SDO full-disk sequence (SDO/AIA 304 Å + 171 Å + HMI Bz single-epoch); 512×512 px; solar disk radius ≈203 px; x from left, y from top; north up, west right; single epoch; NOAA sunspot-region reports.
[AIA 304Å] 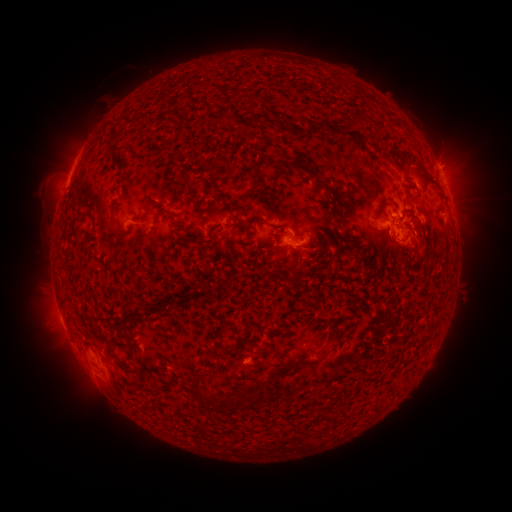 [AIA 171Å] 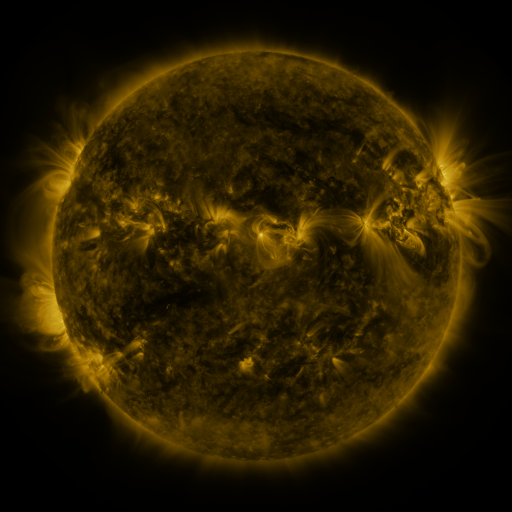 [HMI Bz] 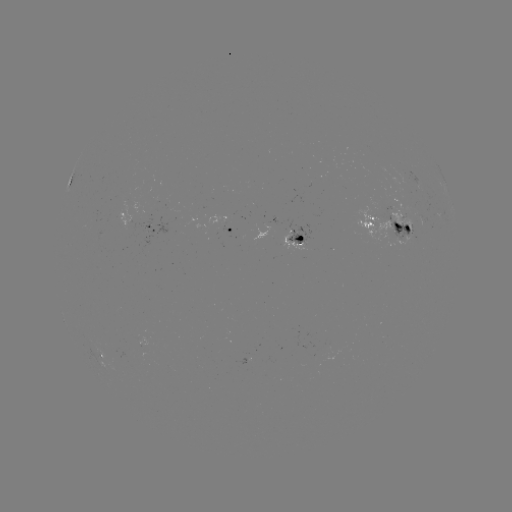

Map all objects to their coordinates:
spotted active region: (384, 217)
spotted active region: (136, 225)
spotted active region: (231, 229)
spotted active region: (297, 236)
spotted active region: (104, 353)
